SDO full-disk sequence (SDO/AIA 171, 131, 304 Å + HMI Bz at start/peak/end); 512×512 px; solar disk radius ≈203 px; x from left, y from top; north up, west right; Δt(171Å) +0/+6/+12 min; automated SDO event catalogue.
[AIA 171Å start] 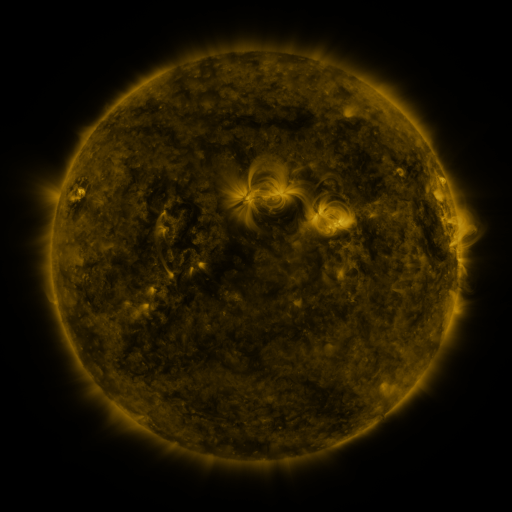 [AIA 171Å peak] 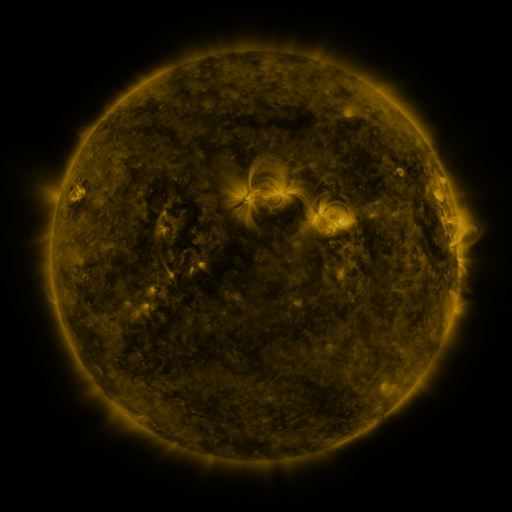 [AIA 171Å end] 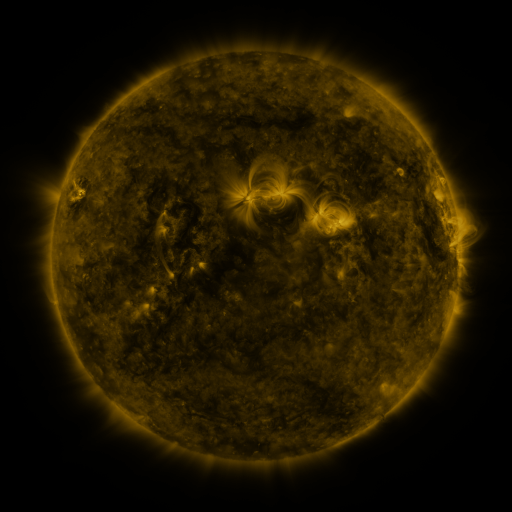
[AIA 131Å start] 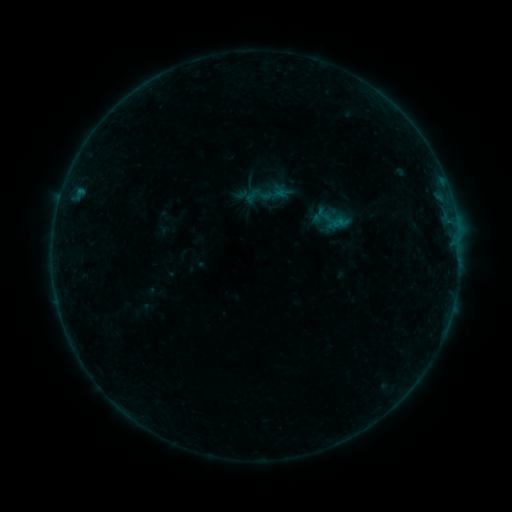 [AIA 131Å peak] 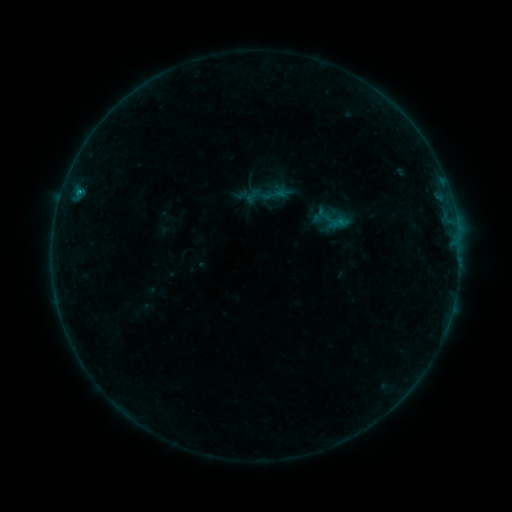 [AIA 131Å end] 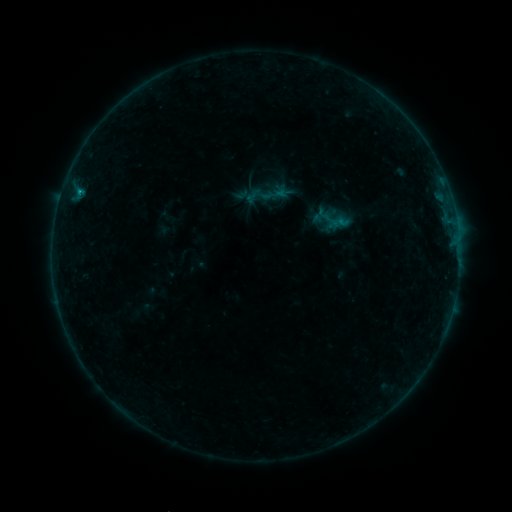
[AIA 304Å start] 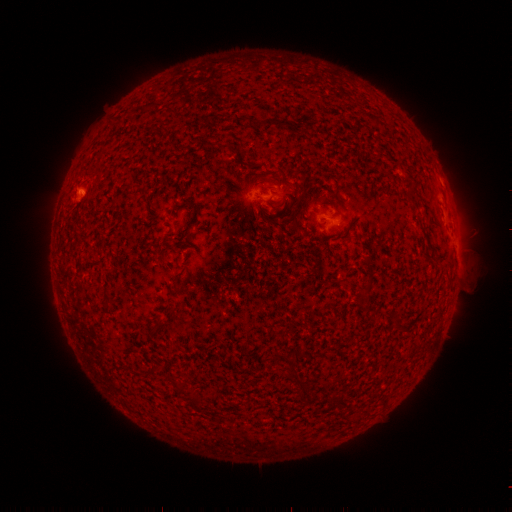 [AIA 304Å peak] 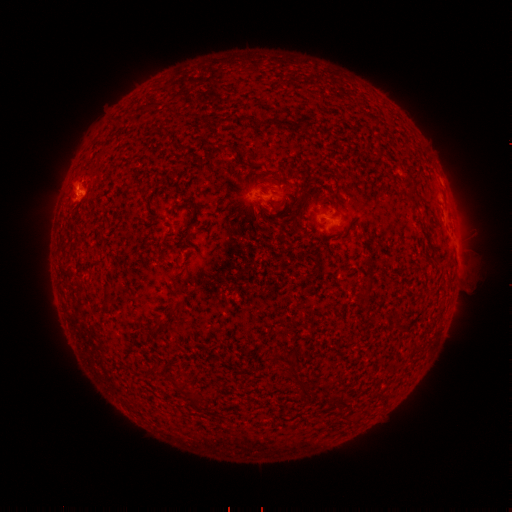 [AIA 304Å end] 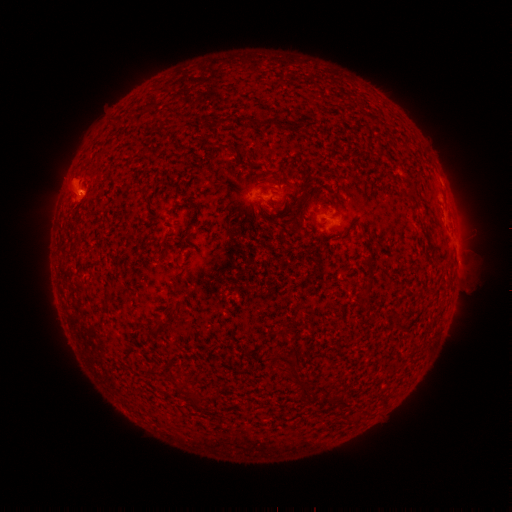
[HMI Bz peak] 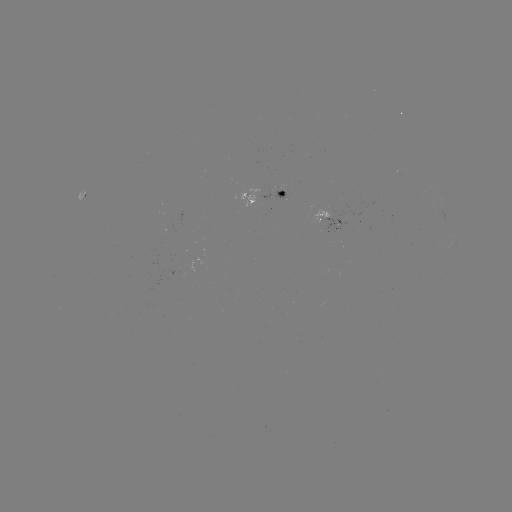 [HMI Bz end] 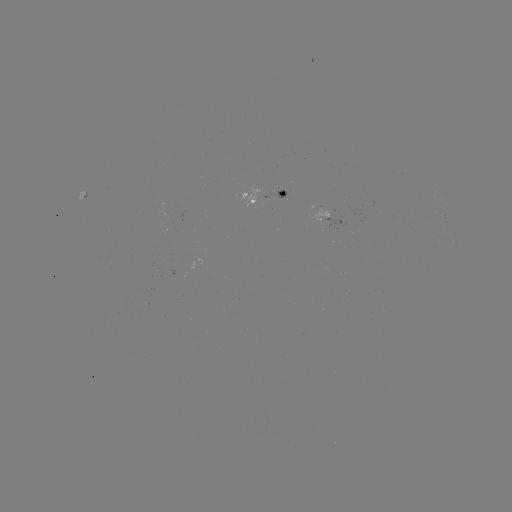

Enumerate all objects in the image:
B5.2 flare: (79, 195)
